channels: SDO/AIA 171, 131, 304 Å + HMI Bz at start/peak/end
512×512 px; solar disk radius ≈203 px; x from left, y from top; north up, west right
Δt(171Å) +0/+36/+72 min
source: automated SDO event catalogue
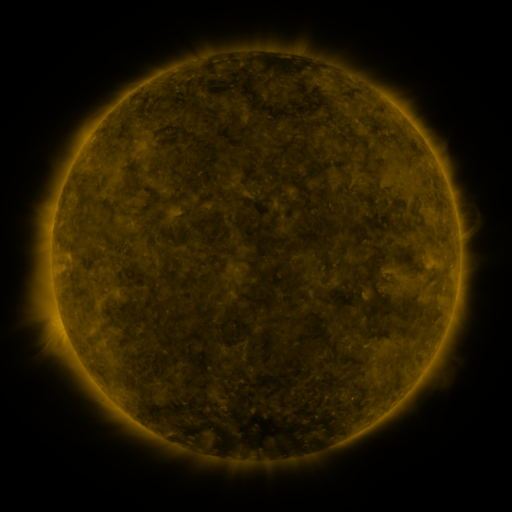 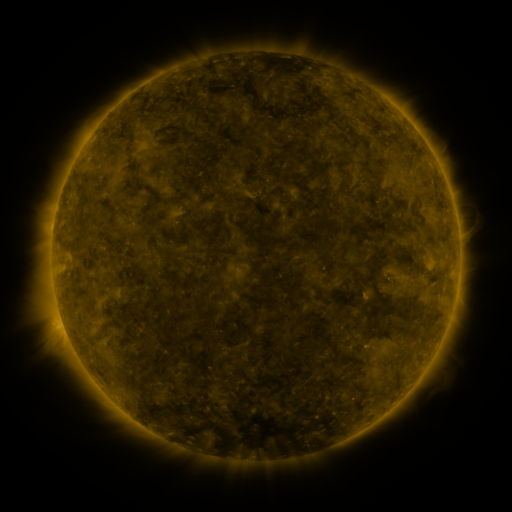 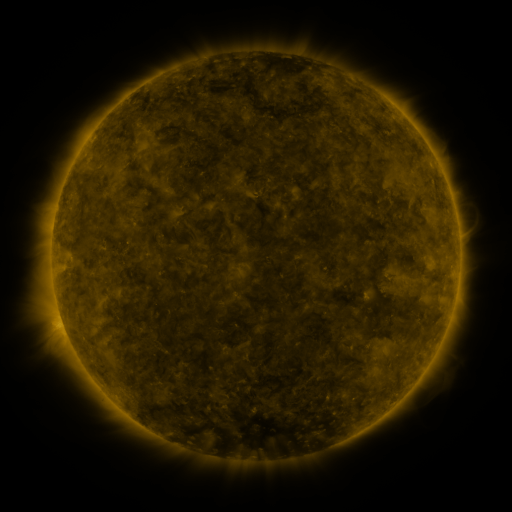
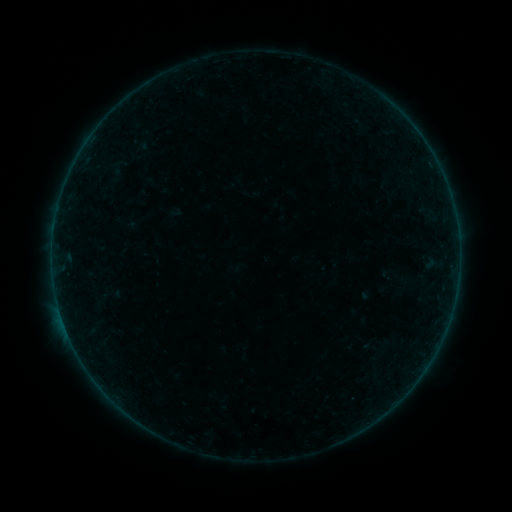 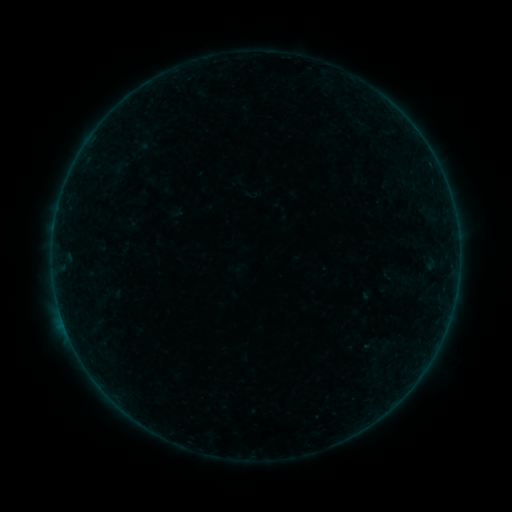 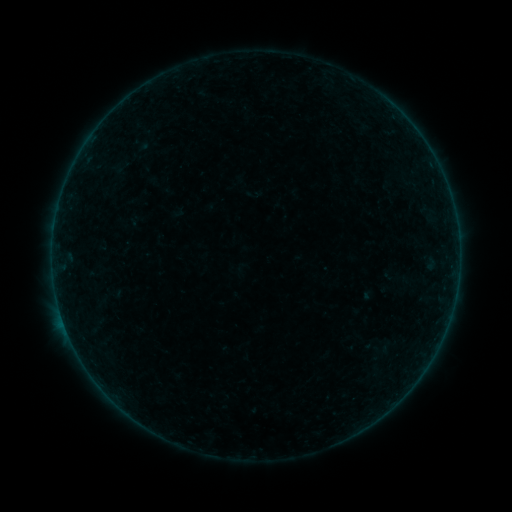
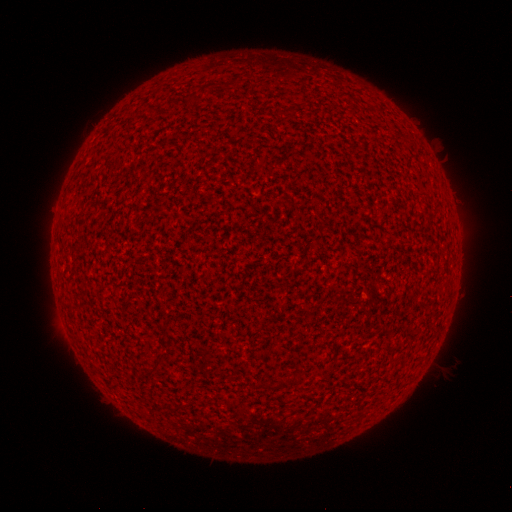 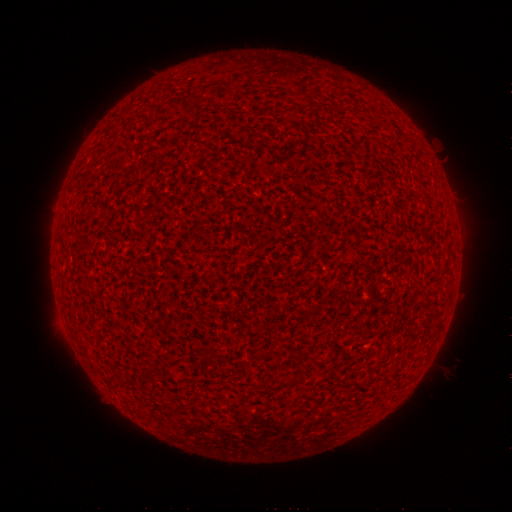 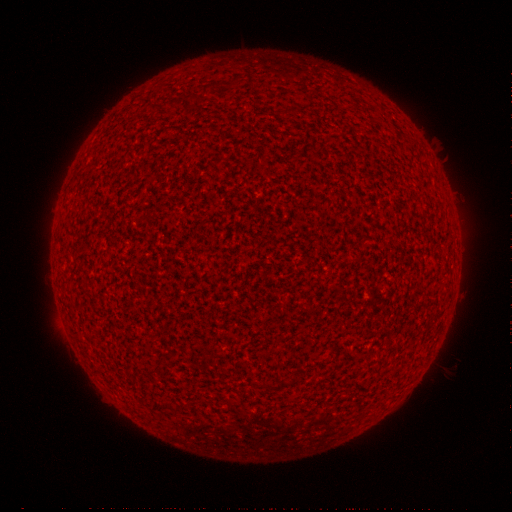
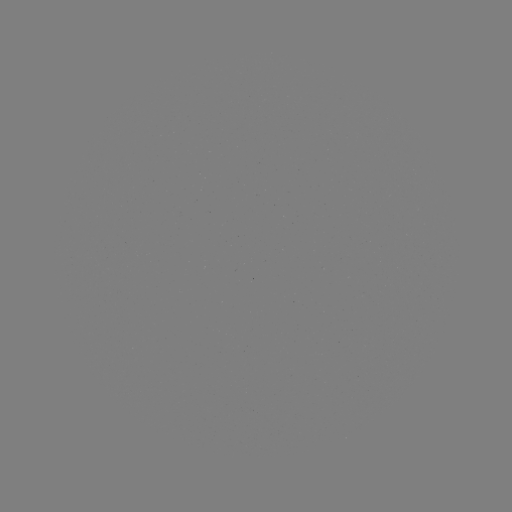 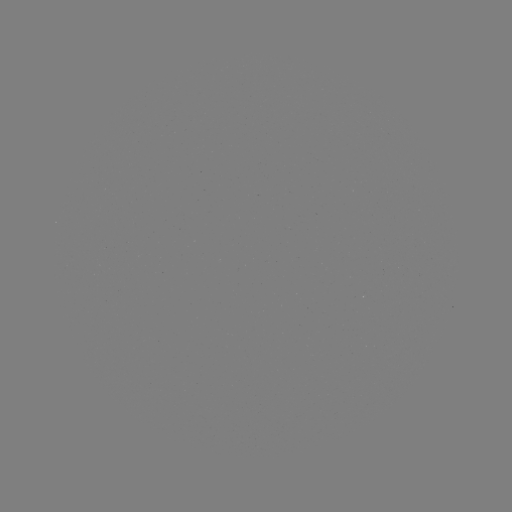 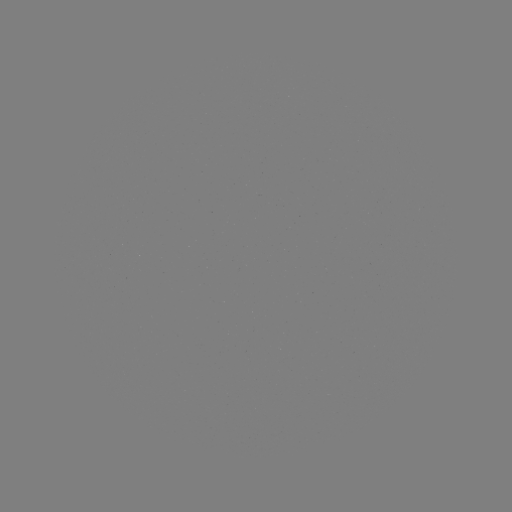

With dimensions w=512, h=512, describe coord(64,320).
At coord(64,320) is A8.5 flare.